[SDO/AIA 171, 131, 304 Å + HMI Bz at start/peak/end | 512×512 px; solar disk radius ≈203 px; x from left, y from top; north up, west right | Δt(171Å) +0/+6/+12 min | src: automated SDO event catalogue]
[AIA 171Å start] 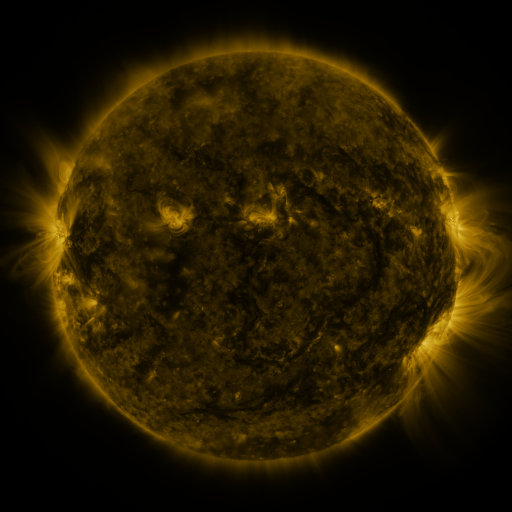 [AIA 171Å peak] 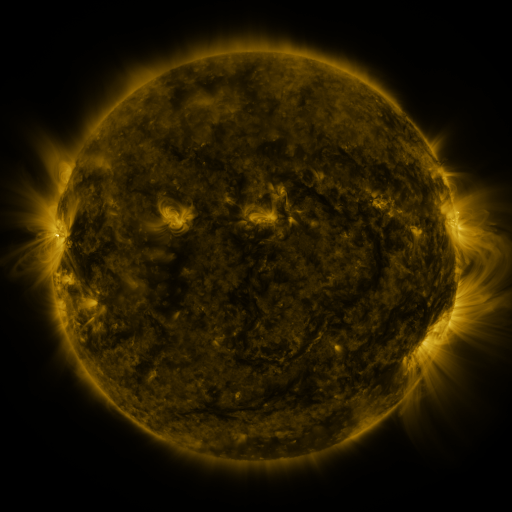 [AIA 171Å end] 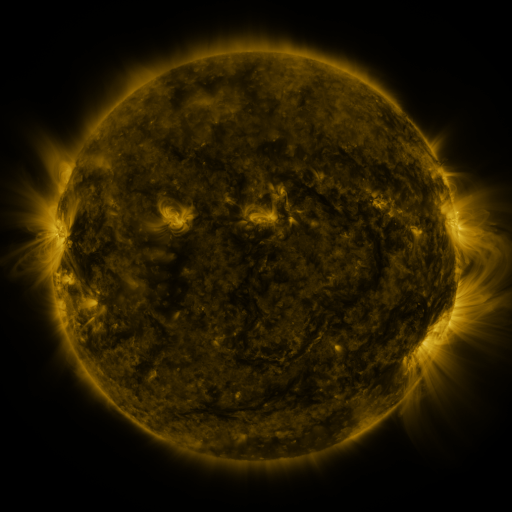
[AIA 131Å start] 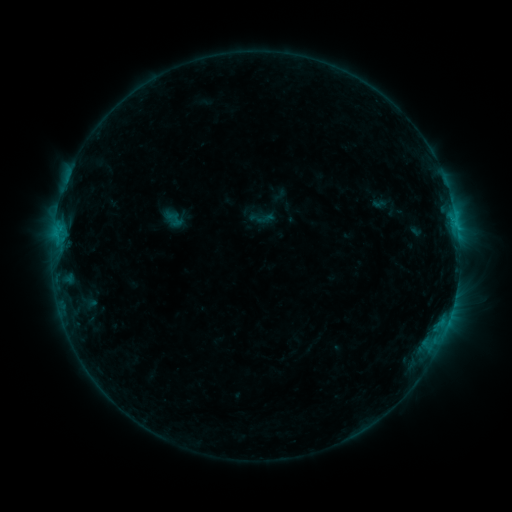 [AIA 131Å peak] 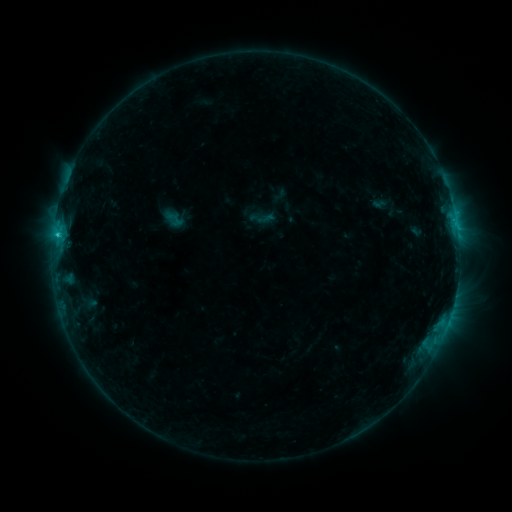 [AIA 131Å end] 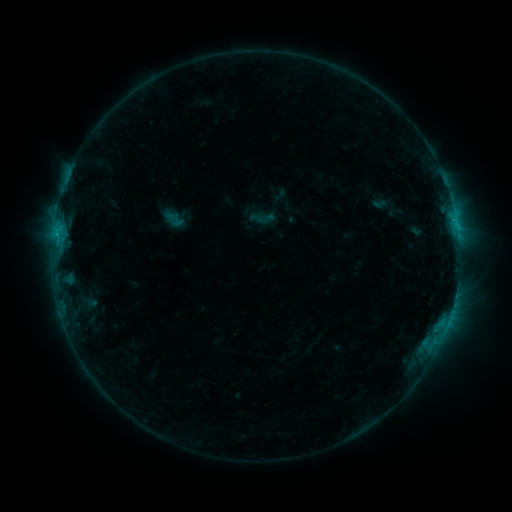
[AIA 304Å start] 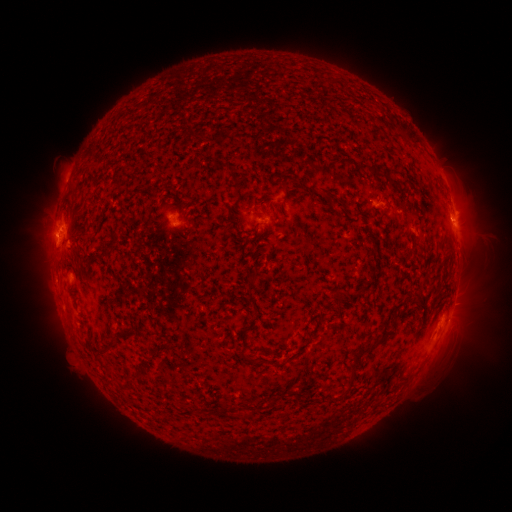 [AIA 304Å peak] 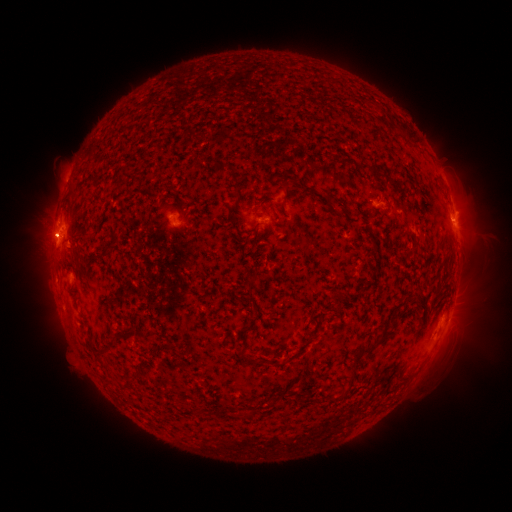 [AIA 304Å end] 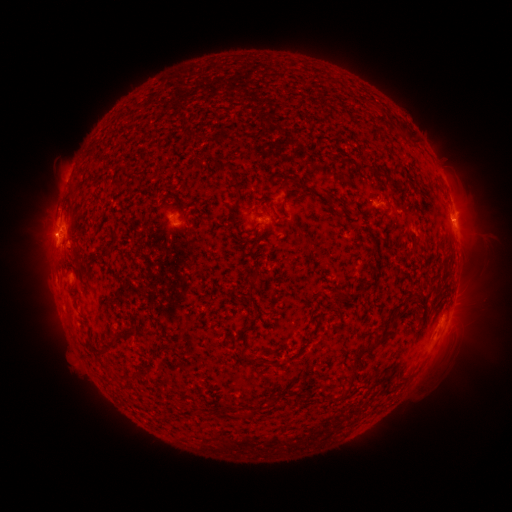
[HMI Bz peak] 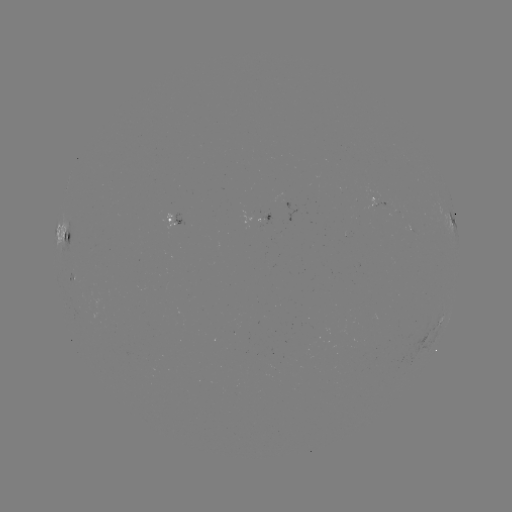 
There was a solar flare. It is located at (57, 237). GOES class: C1.0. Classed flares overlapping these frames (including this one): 1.